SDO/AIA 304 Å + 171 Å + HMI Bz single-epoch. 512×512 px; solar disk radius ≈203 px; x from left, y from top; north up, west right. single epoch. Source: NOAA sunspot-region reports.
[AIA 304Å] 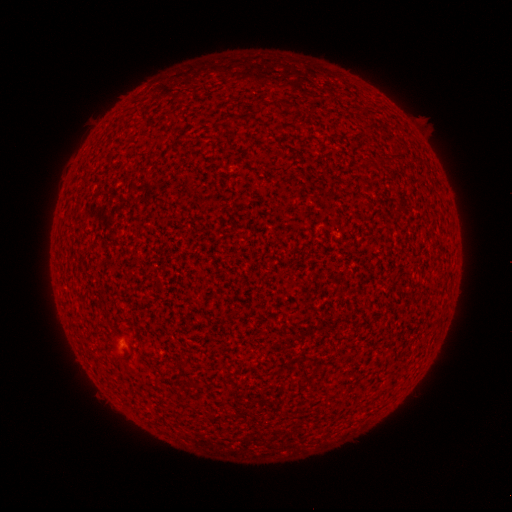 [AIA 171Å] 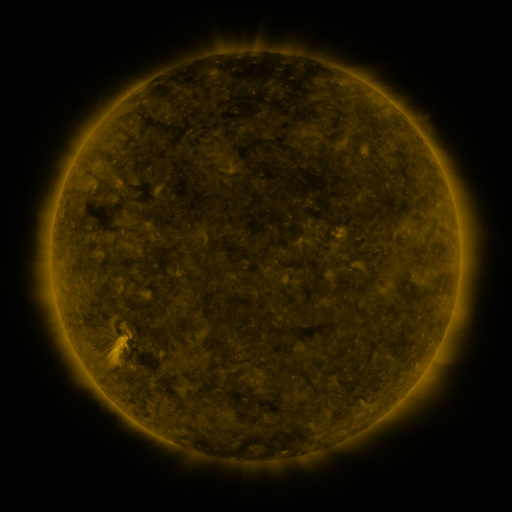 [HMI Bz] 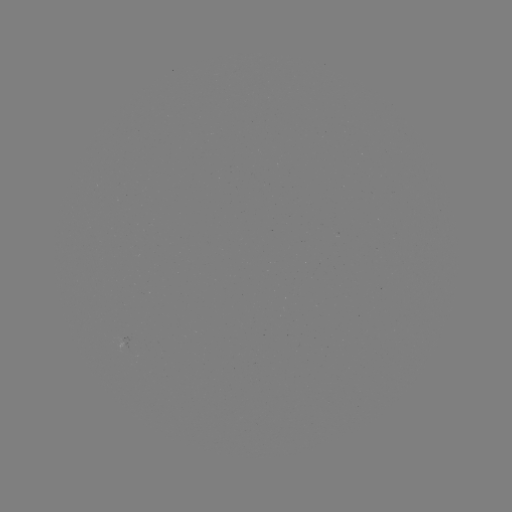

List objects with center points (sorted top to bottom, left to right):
(none)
